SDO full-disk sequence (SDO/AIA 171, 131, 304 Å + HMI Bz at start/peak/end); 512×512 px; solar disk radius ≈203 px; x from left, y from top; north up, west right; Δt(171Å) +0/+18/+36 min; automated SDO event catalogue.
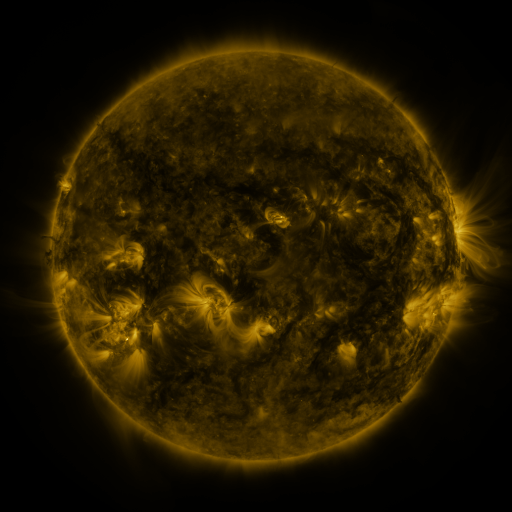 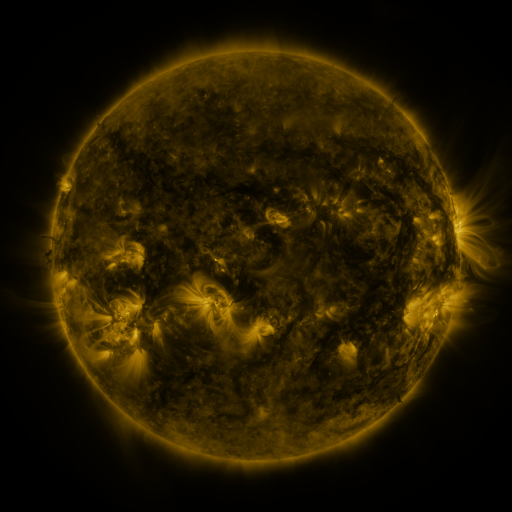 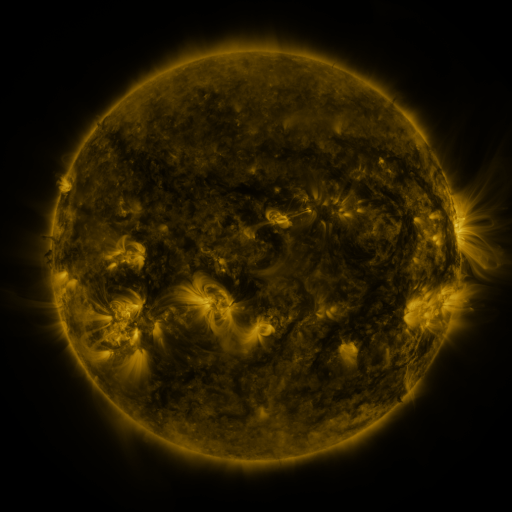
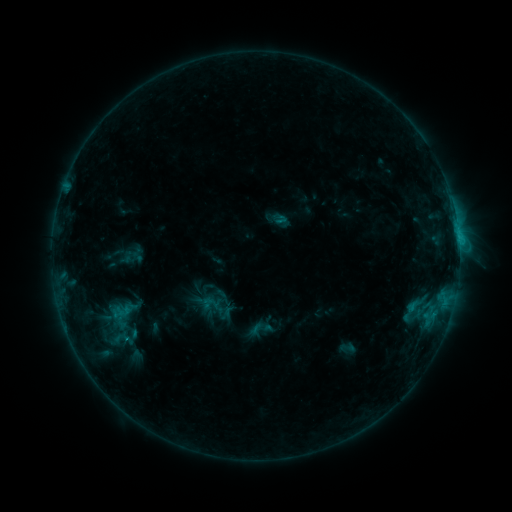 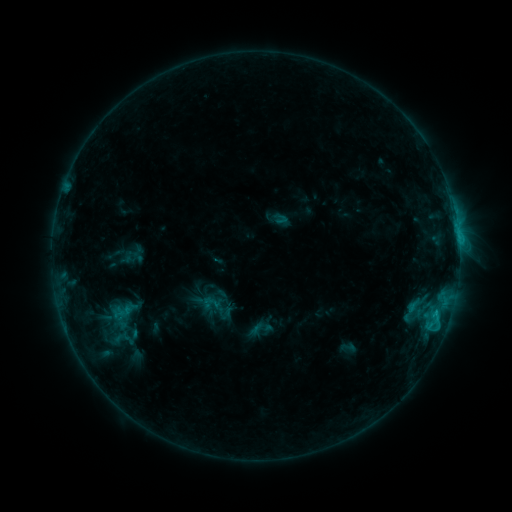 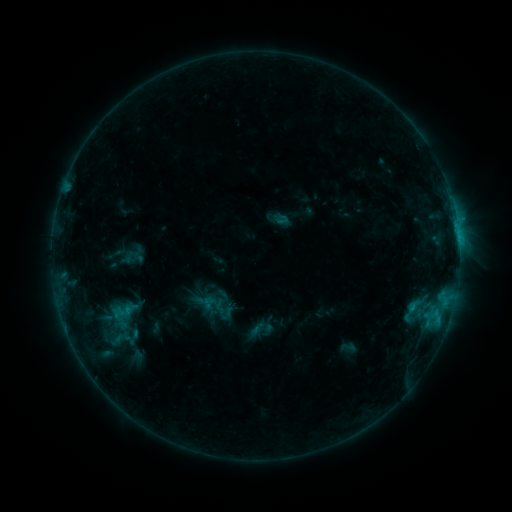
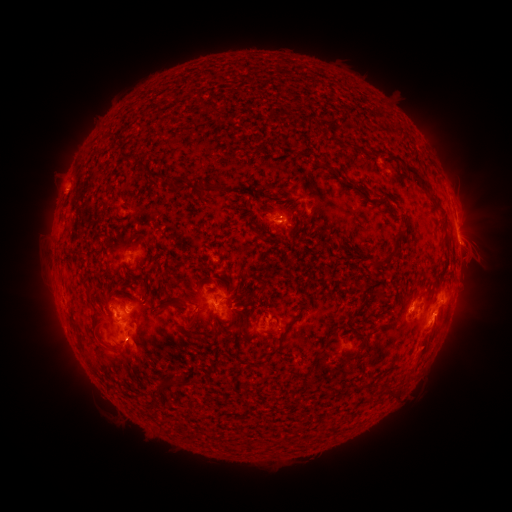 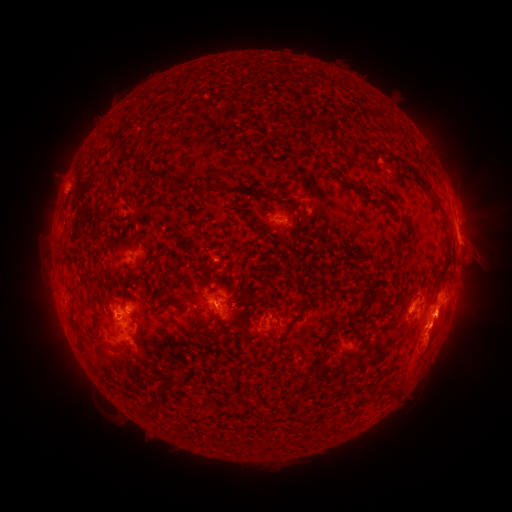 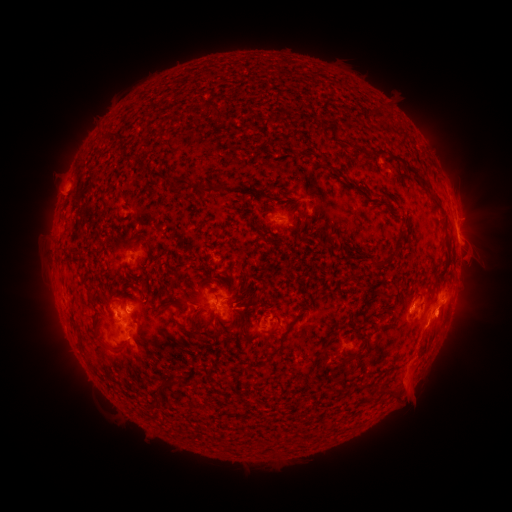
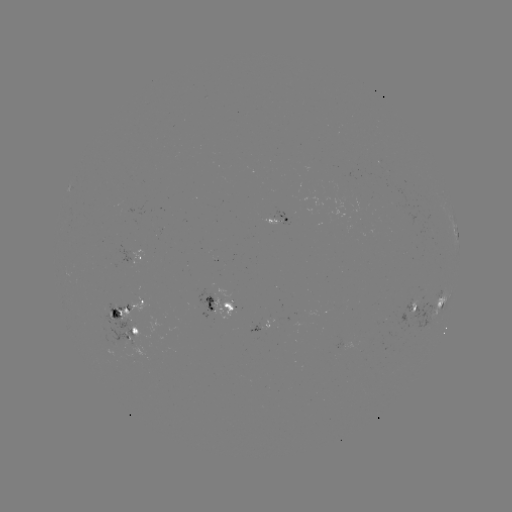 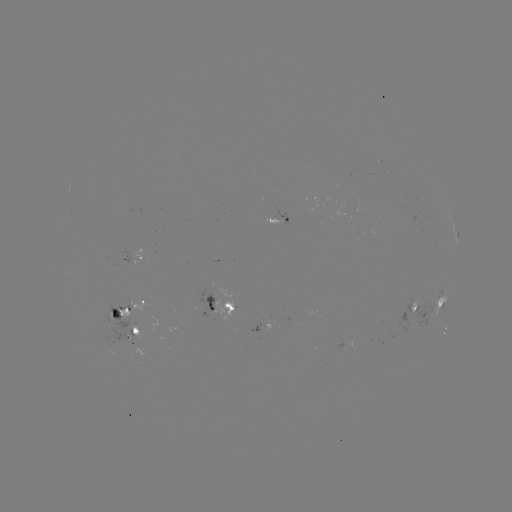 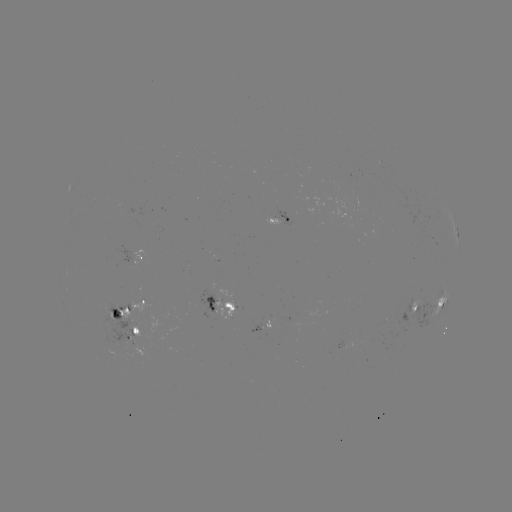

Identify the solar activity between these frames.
eruption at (434, 345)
